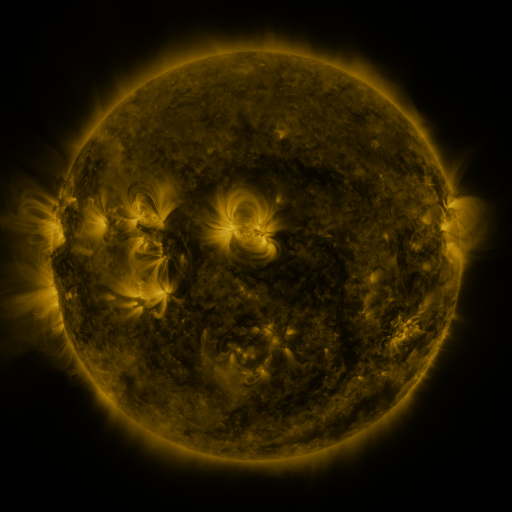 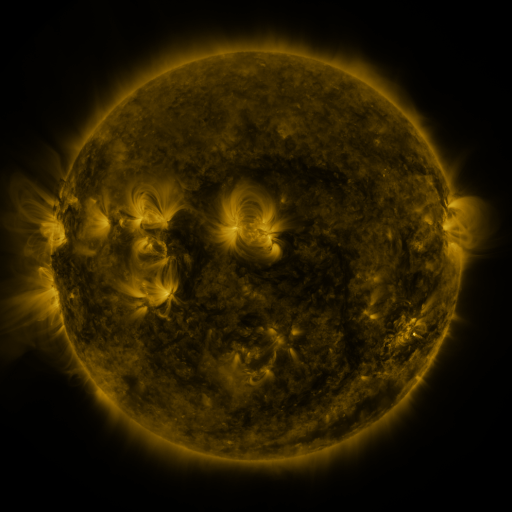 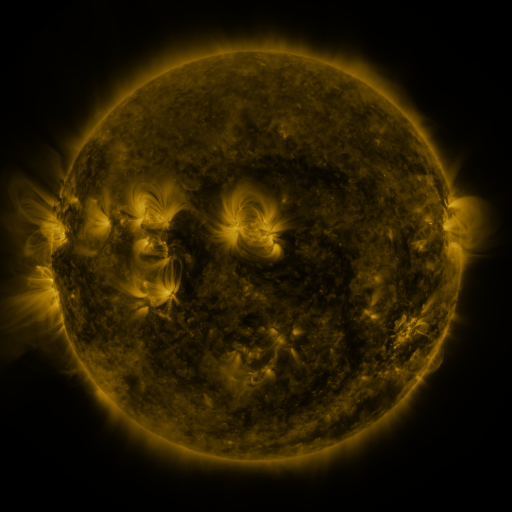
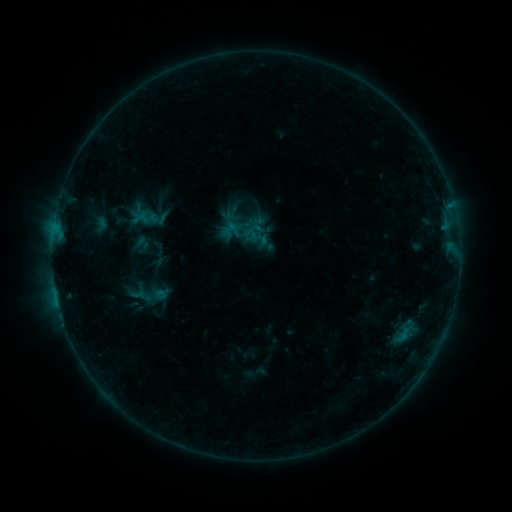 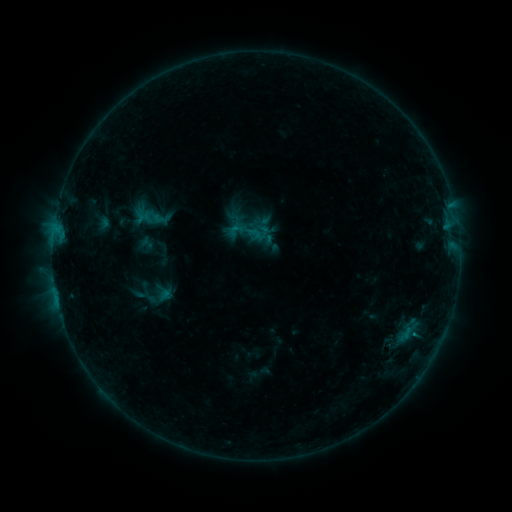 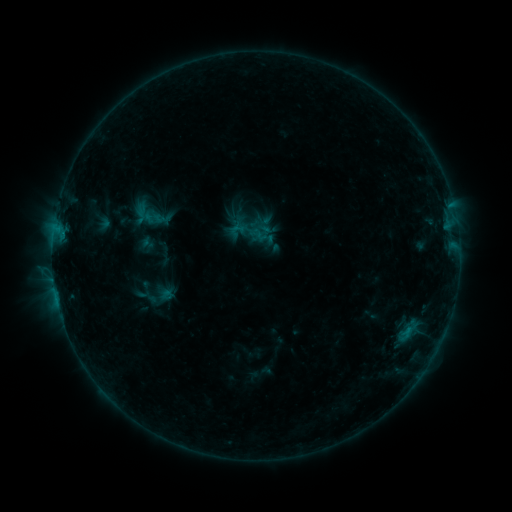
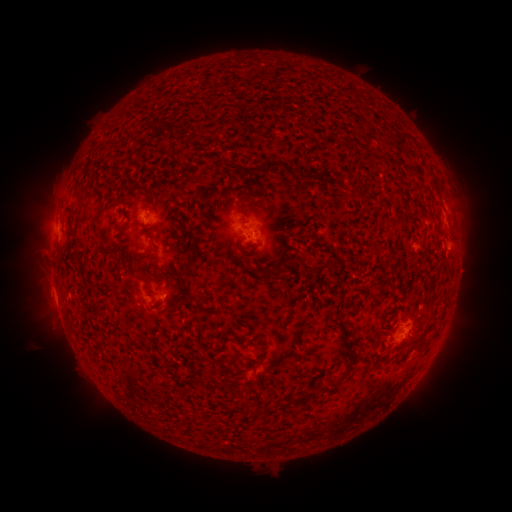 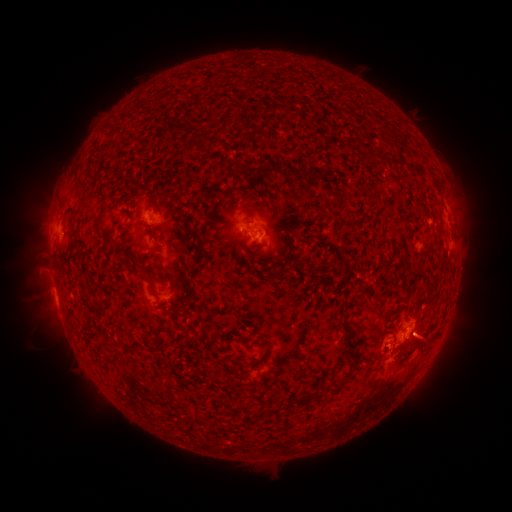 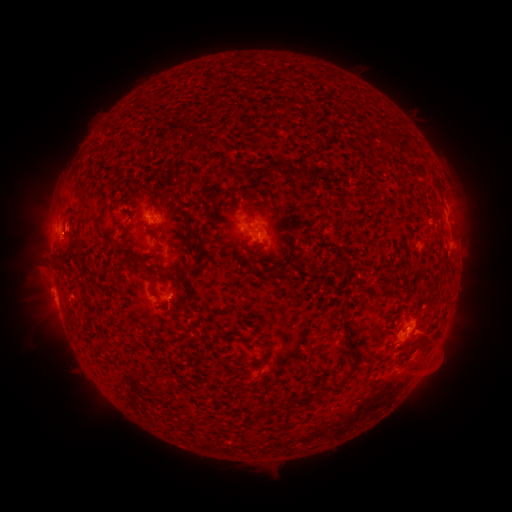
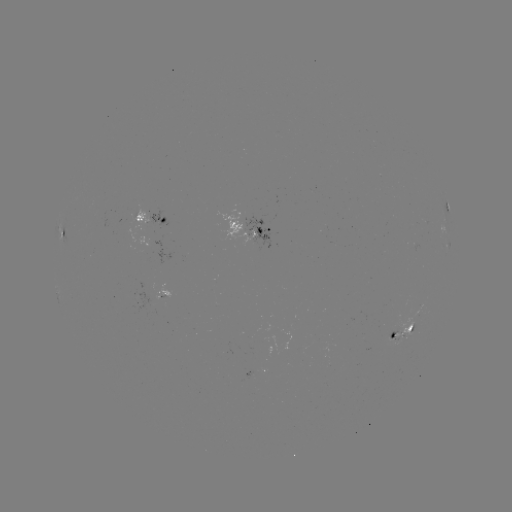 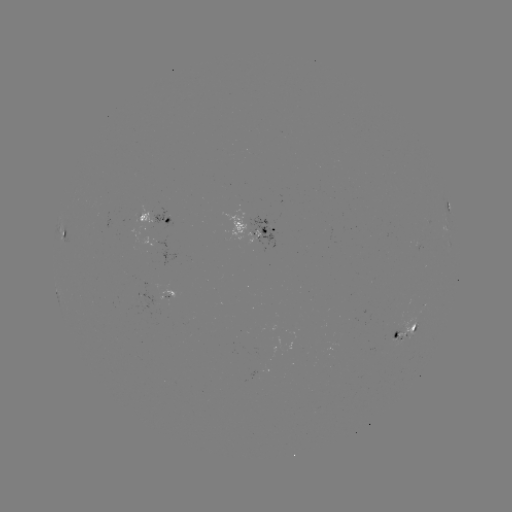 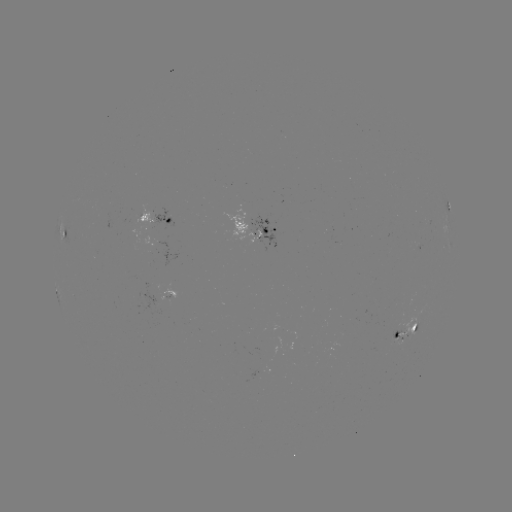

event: emerging-flux region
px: (396, 337)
